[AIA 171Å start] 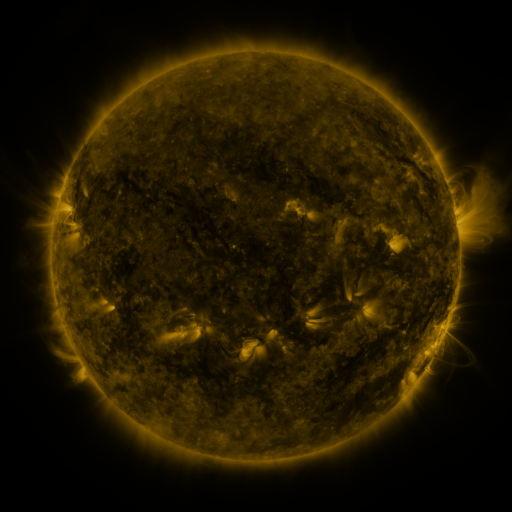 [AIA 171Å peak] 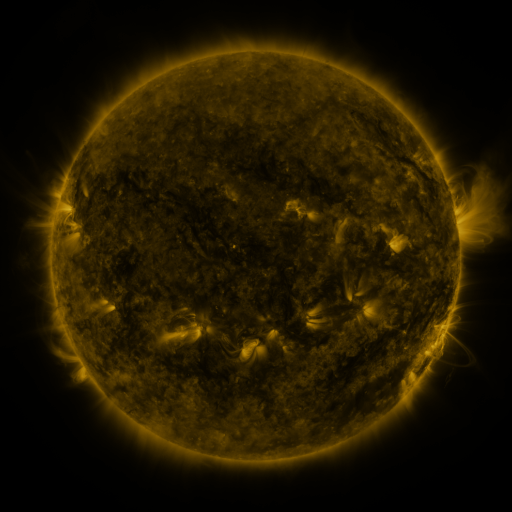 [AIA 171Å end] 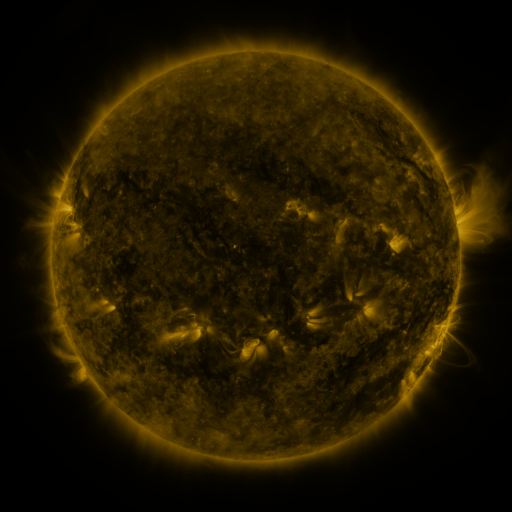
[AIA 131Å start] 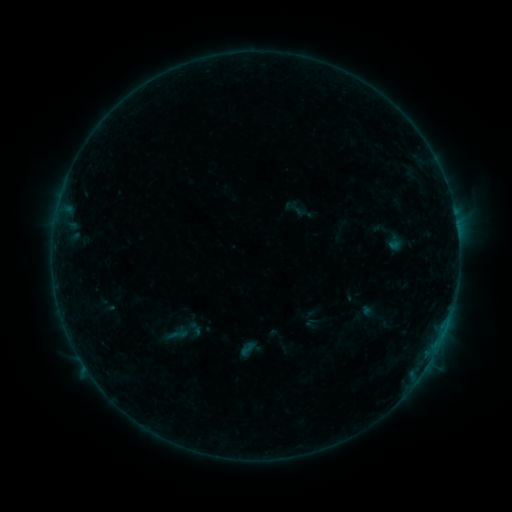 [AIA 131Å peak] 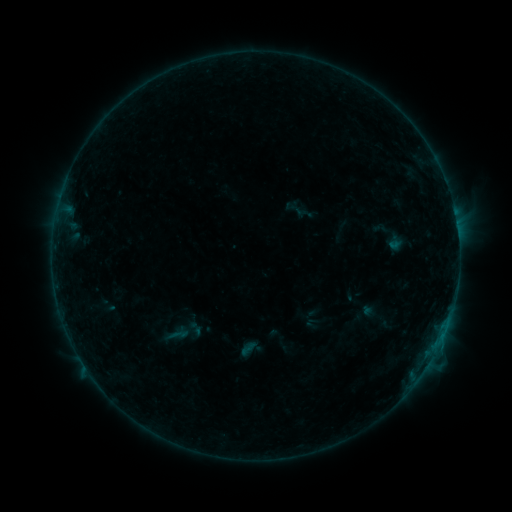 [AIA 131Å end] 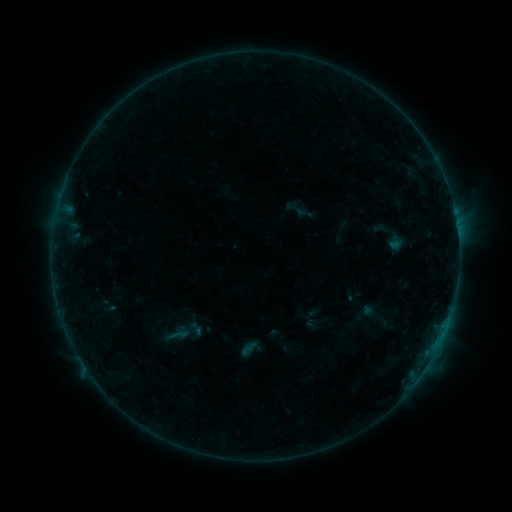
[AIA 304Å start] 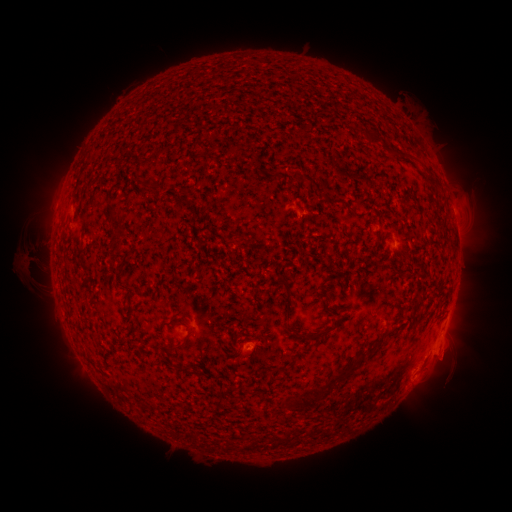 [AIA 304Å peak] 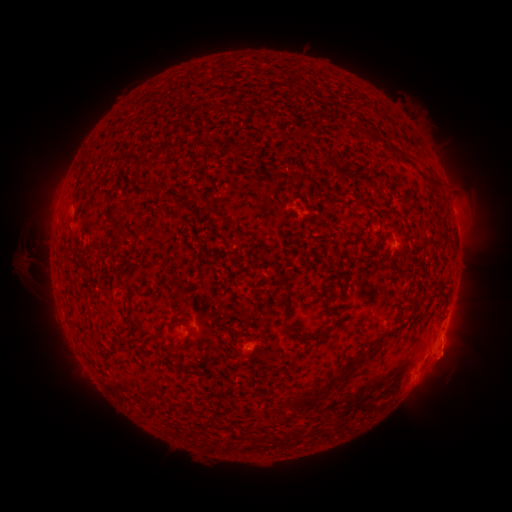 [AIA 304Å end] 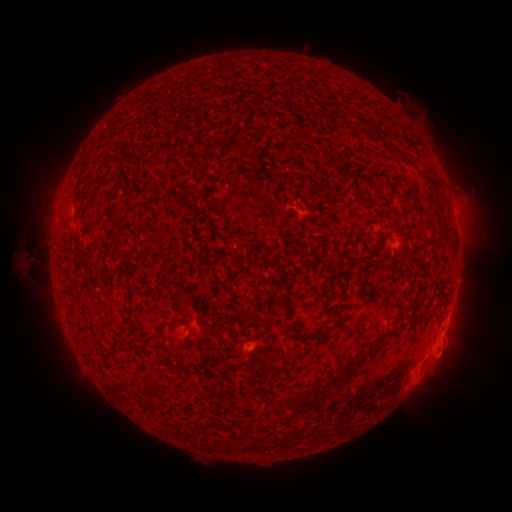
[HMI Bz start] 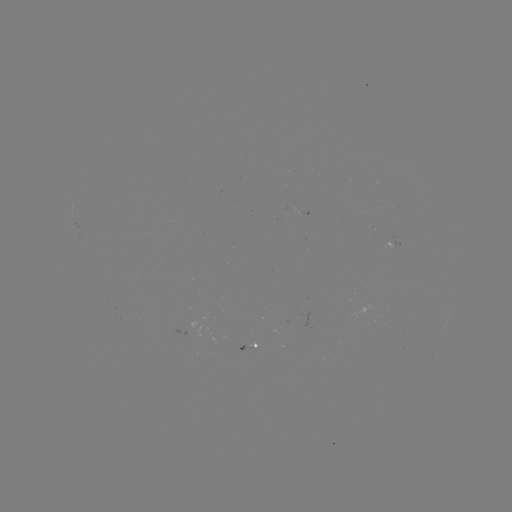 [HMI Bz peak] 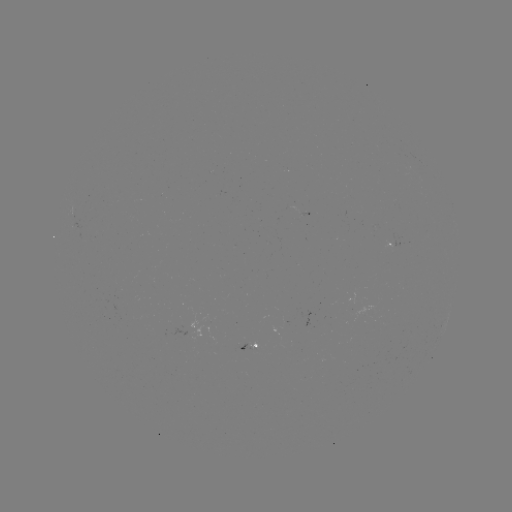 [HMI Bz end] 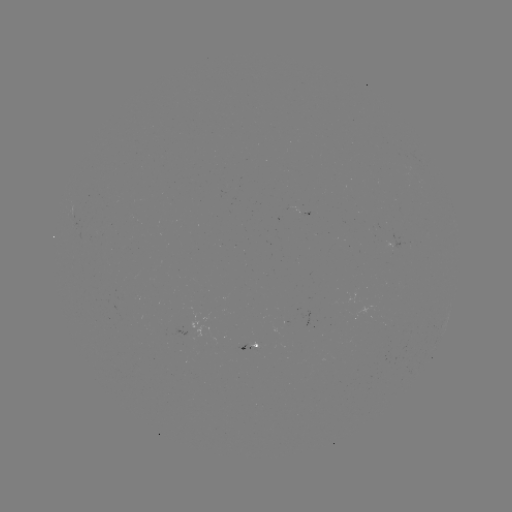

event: eruption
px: (449, 353)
